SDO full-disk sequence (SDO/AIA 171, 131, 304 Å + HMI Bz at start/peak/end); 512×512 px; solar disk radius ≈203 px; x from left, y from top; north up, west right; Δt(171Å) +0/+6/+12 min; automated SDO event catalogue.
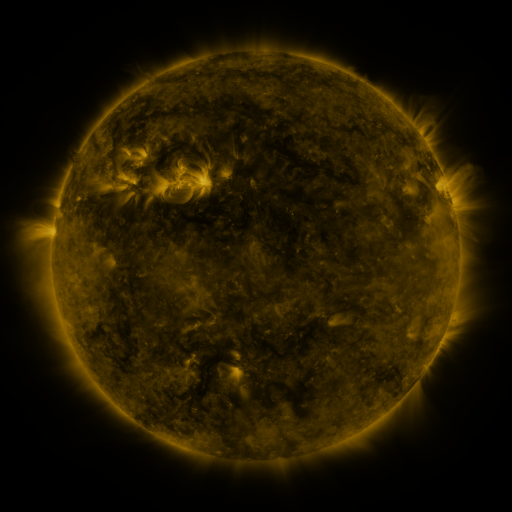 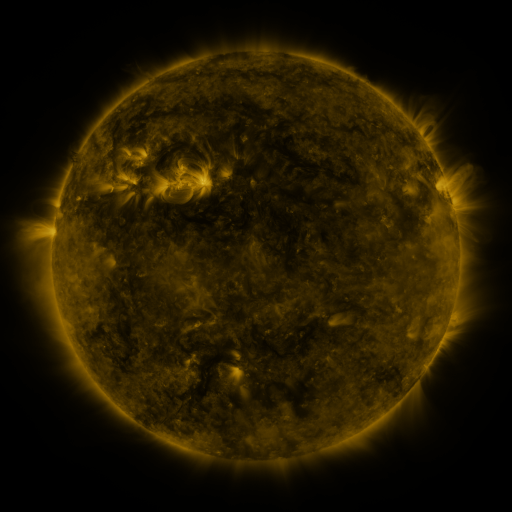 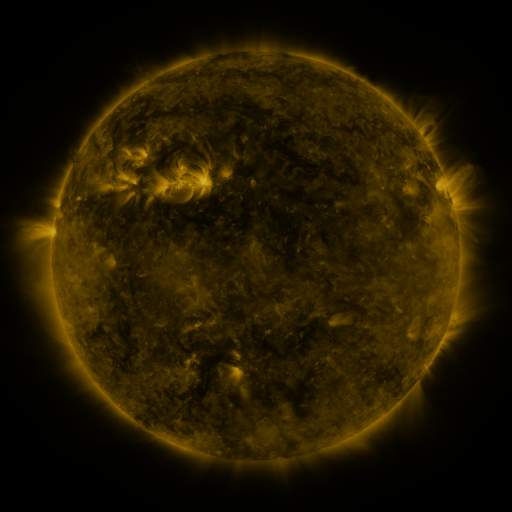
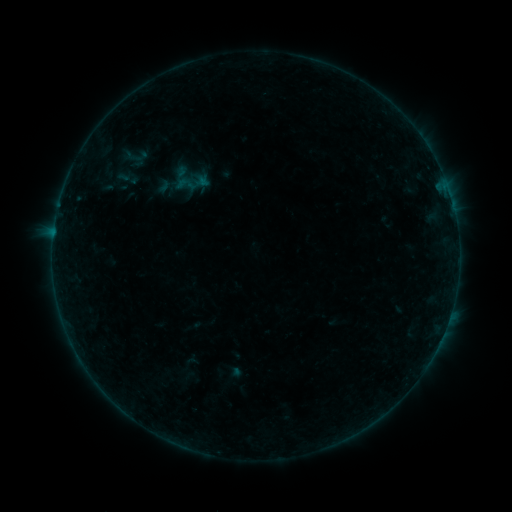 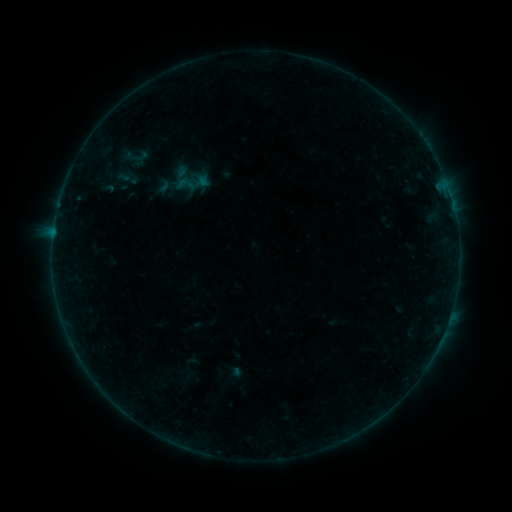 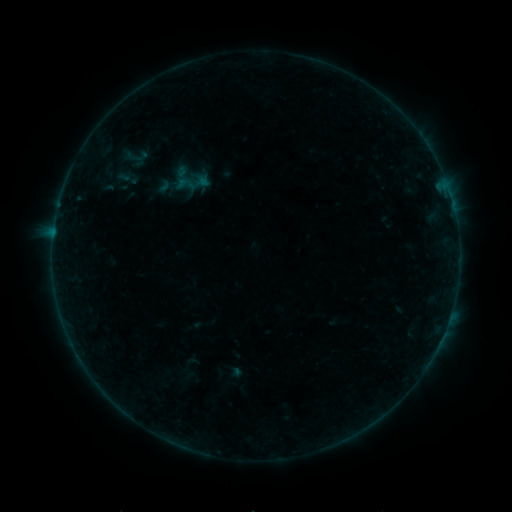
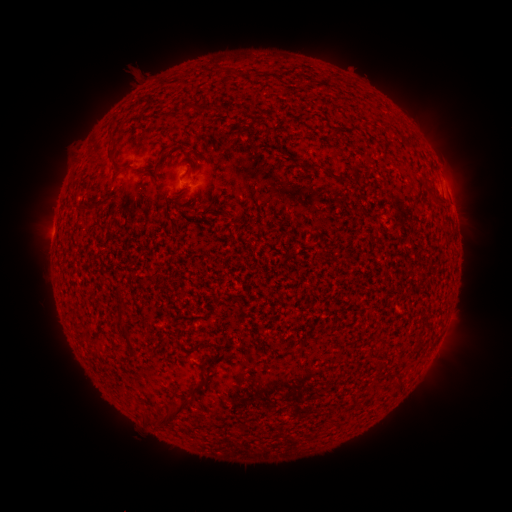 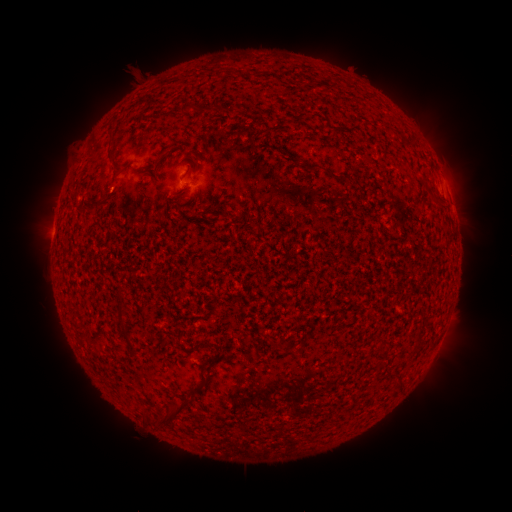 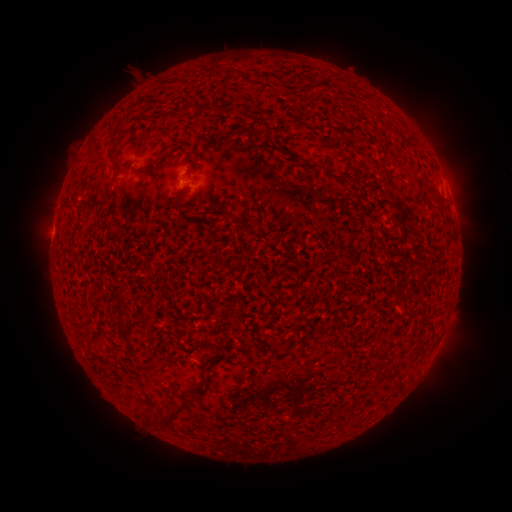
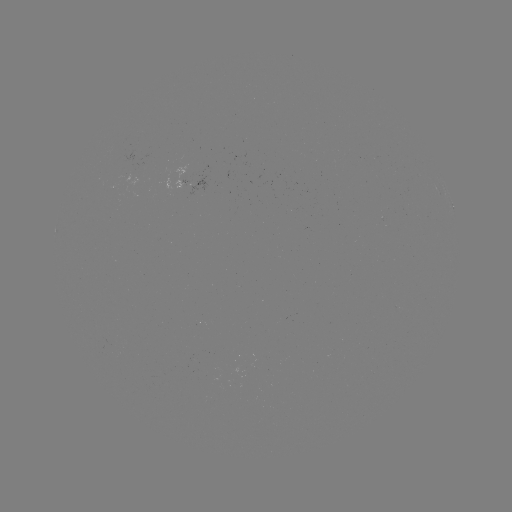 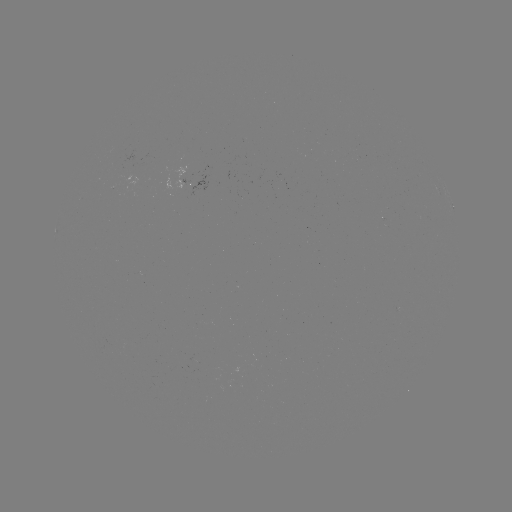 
nothing was catalogued: no classed flare, no EUV trigger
